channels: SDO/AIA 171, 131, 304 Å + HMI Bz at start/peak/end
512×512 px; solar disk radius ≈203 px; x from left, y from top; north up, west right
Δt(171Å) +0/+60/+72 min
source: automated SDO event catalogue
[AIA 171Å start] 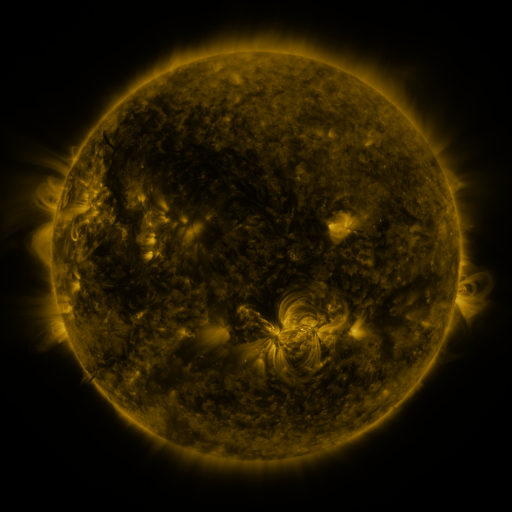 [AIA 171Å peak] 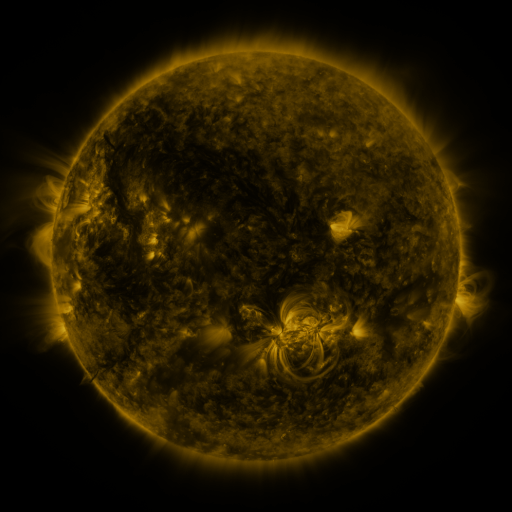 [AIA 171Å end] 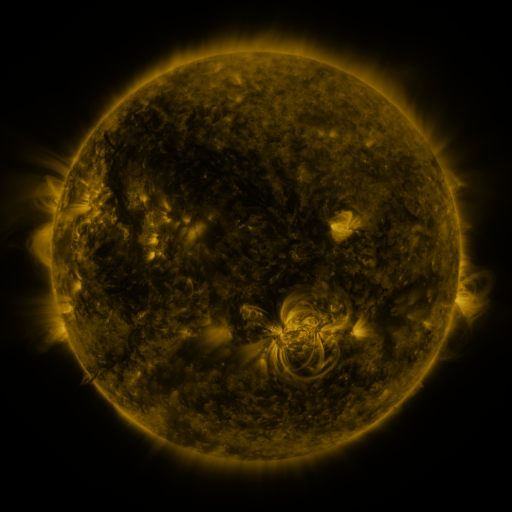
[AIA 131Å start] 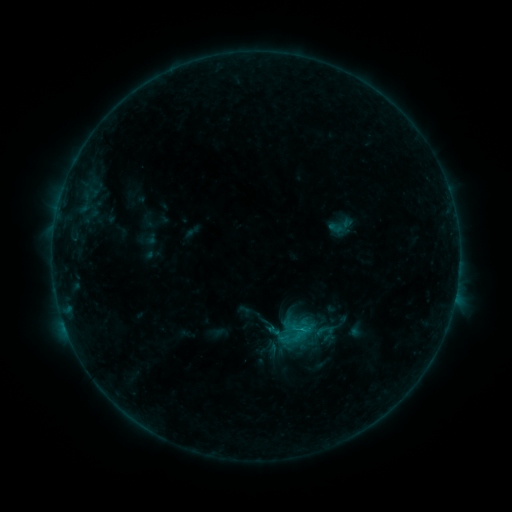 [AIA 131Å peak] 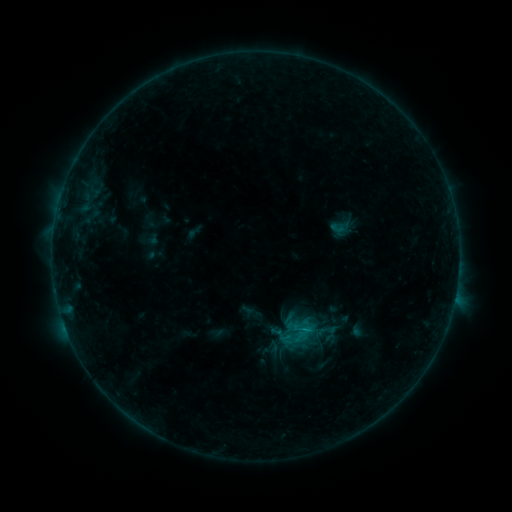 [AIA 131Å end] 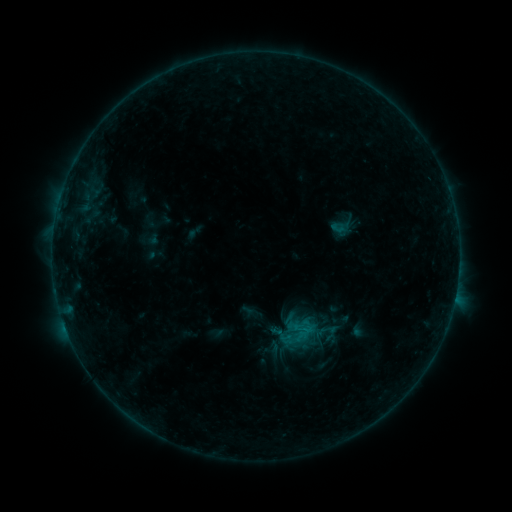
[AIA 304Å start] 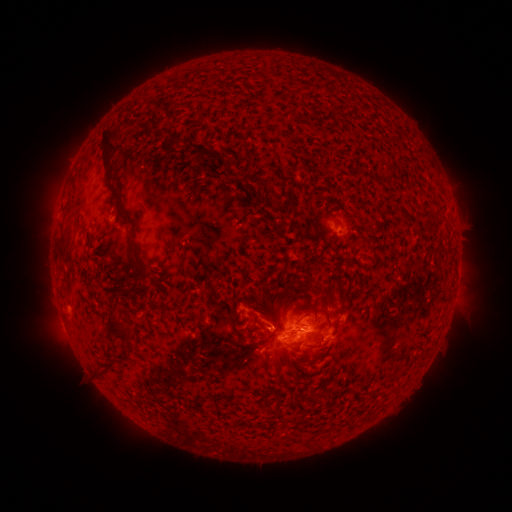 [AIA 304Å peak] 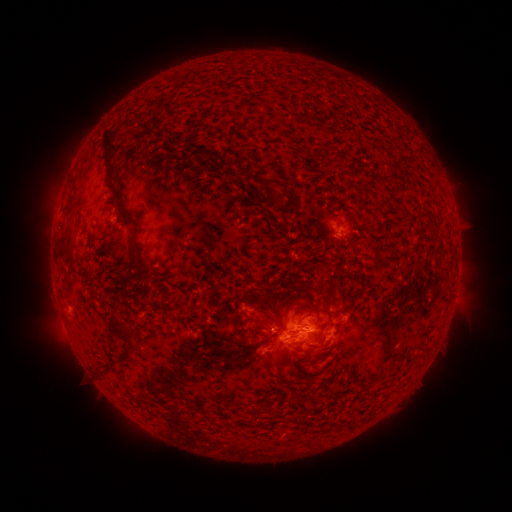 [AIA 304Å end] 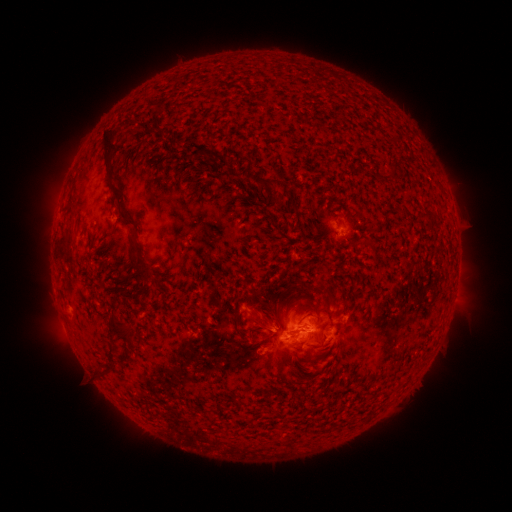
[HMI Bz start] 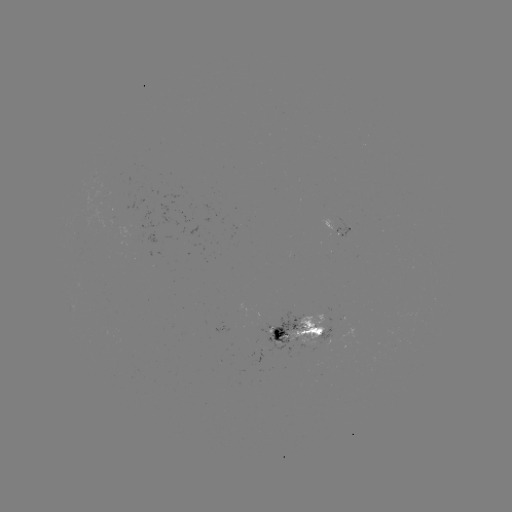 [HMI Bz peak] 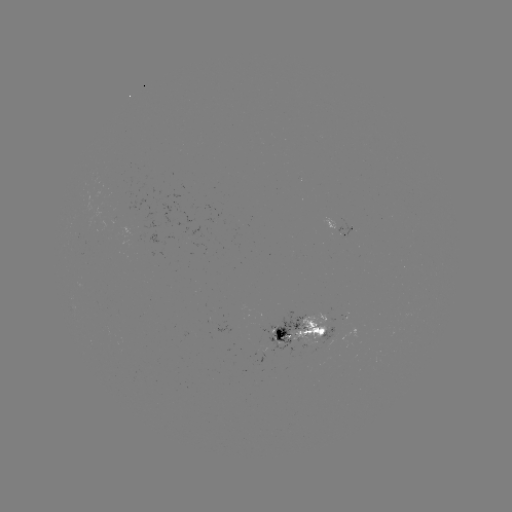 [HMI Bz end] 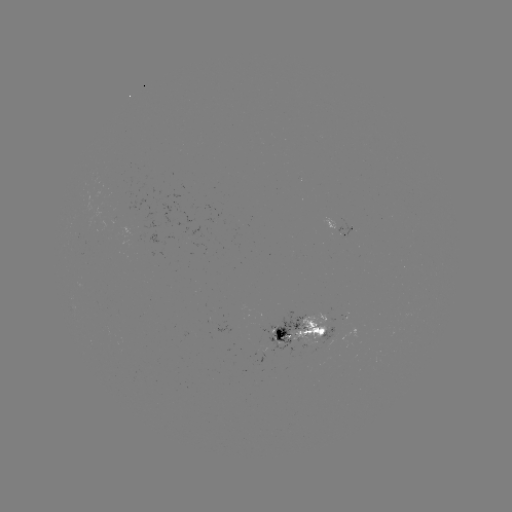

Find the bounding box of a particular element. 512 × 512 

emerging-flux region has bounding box [287, 317, 332, 344].